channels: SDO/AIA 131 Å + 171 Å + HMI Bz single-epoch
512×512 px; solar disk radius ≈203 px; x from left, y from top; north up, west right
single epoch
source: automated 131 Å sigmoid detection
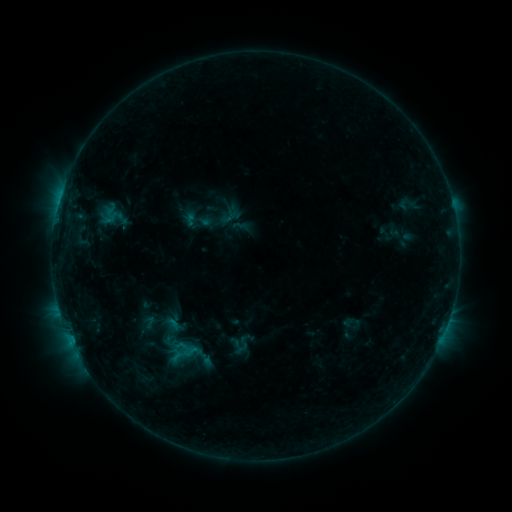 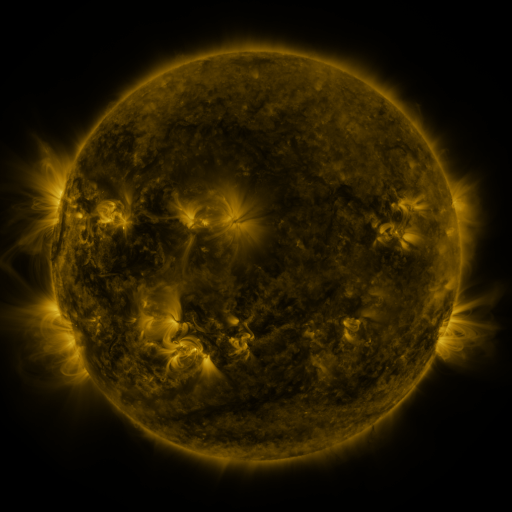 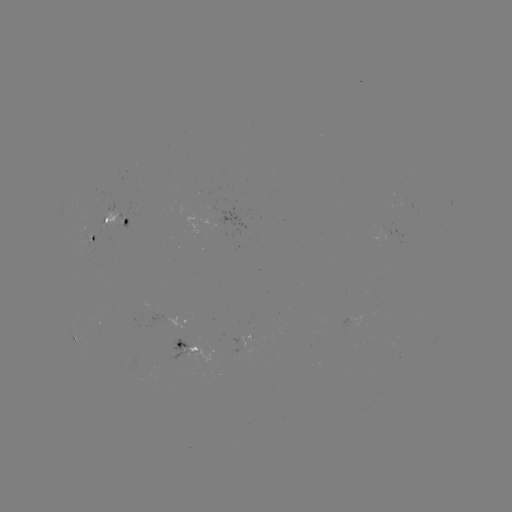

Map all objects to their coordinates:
sigmoid: (197, 220)
sigmoid: (181, 353)
